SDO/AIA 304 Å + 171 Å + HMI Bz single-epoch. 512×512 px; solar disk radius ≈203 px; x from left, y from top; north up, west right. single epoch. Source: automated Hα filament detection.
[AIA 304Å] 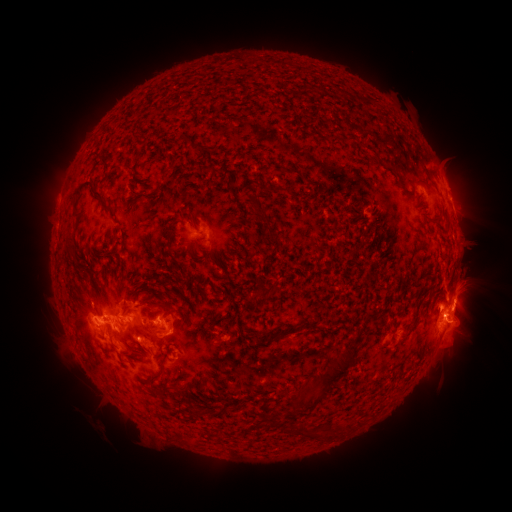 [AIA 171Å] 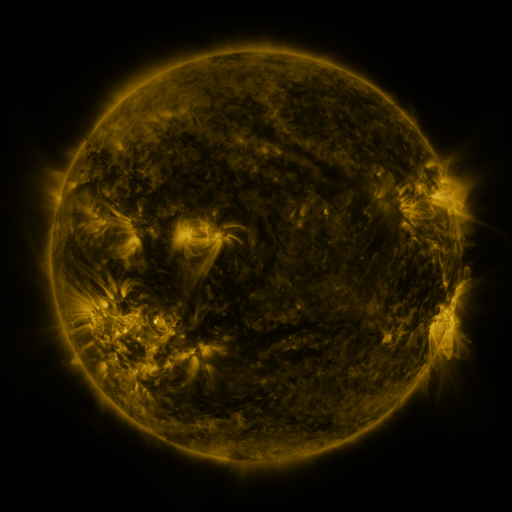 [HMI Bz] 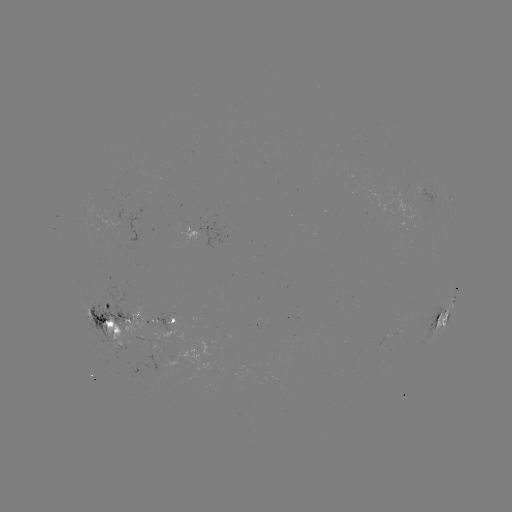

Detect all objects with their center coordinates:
filament: [310, 83, 319, 93]
filament: [180, 137, 191, 146]
filament: [383, 159, 396, 171]
filament: [124, 166, 134, 175]
filament: [412, 175, 426, 184]
filament: [71, 182, 115, 220]
filament: [258, 185, 286, 193]
filament: [249, 195, 271, 236]
filament: [165, 219, 177, 252]
filament: [110, 244, 119, 254]
filament: [67, 246, 76, 262]
filament: [257, 285, 274, 300]
filament: [146, 301, 162, 320]
filament: [121, 307, 133, 318]
filament: [313, 347, 358, 405]
filament: [161, 349, 167, 372]
filament: [306, 375, 319, 397]
filament: [154, 385, 172, 400]
filament: [185, 389, 196, 408]
filament: [293, 389, 305, 410]
filament: [347, 420, 355, 430]
filament: [327, 422, 343, 435]
filament: [300, 423, 319, 436]
